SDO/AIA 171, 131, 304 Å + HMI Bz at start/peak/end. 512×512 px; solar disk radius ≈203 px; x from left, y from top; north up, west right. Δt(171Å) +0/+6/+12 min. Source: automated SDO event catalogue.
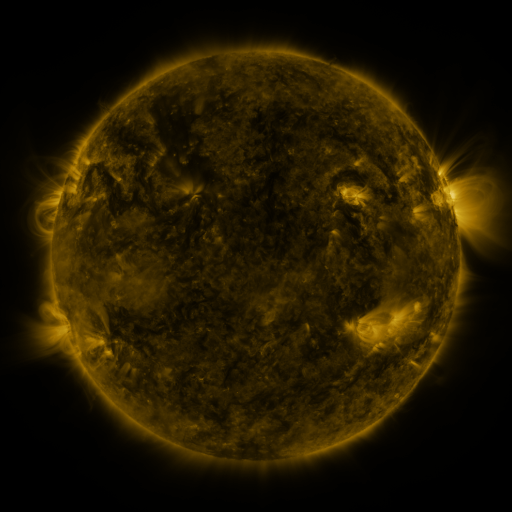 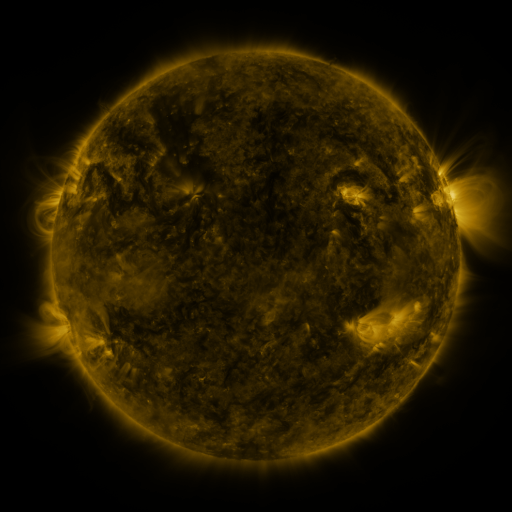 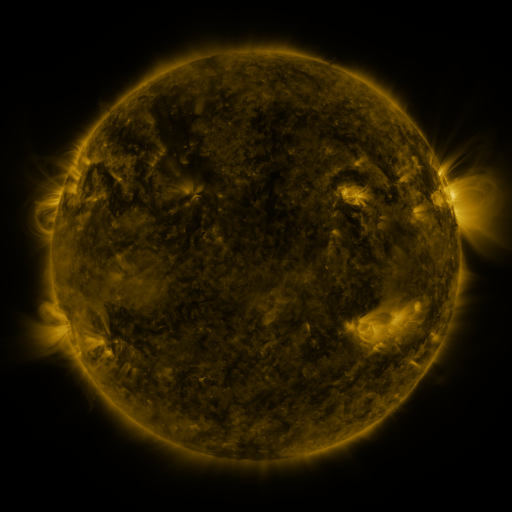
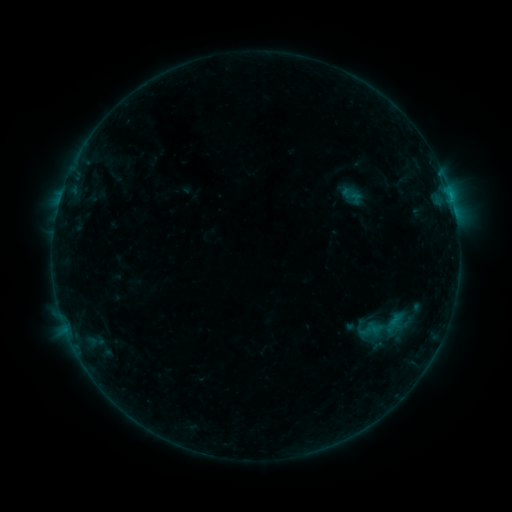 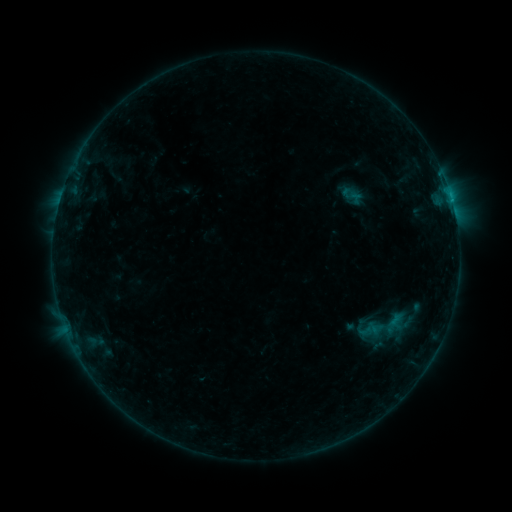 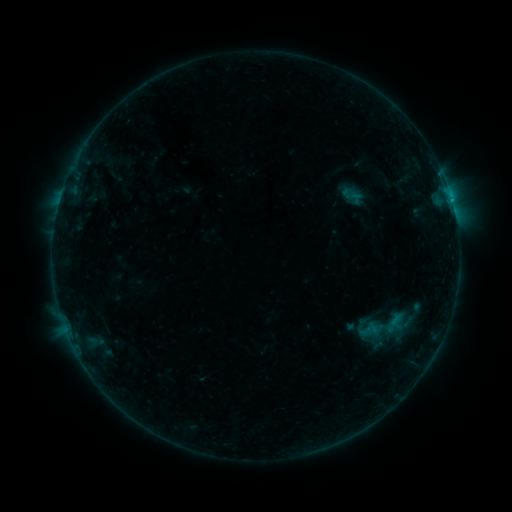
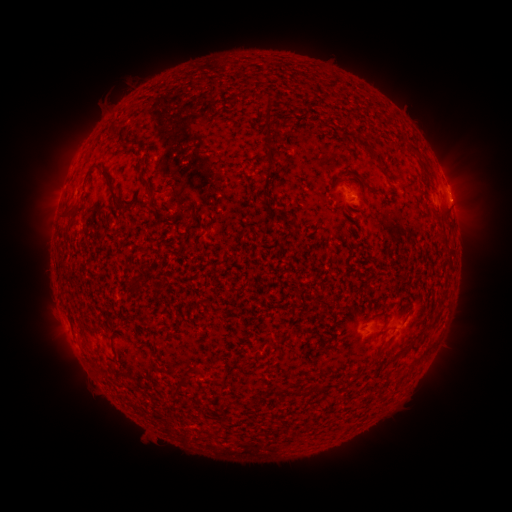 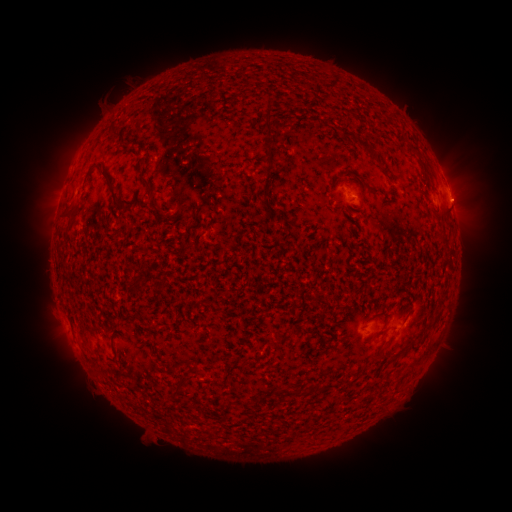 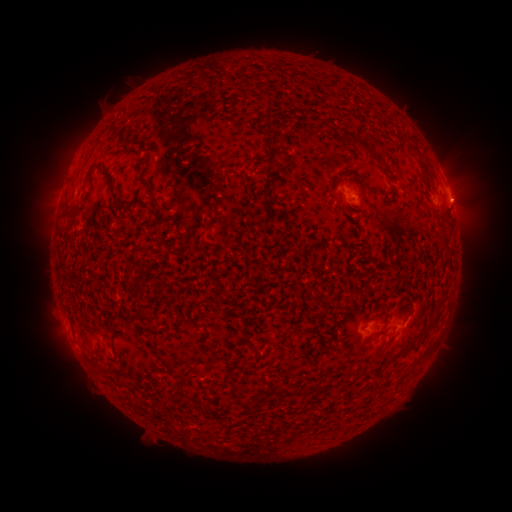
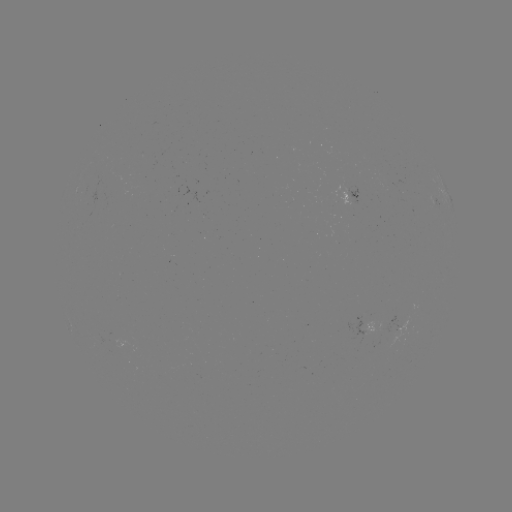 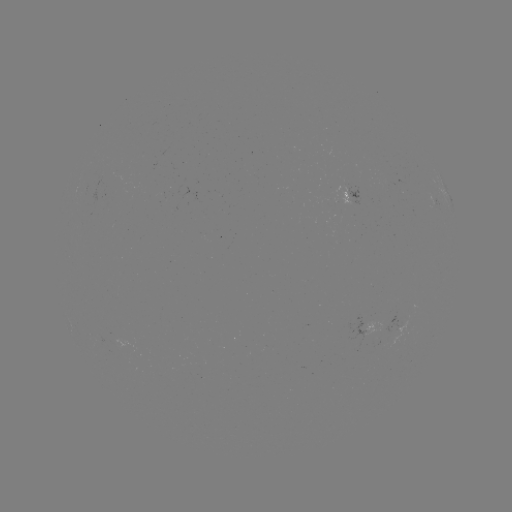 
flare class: B3.6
